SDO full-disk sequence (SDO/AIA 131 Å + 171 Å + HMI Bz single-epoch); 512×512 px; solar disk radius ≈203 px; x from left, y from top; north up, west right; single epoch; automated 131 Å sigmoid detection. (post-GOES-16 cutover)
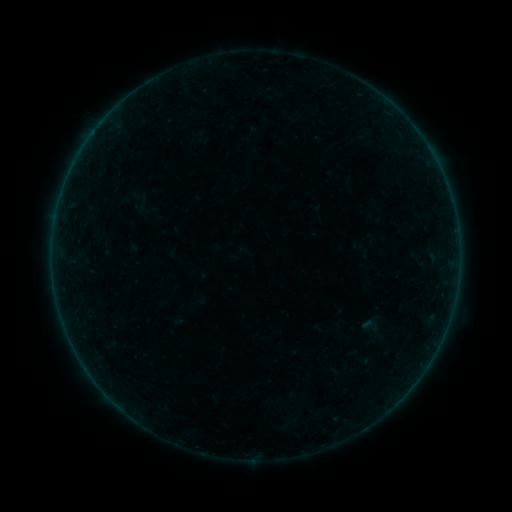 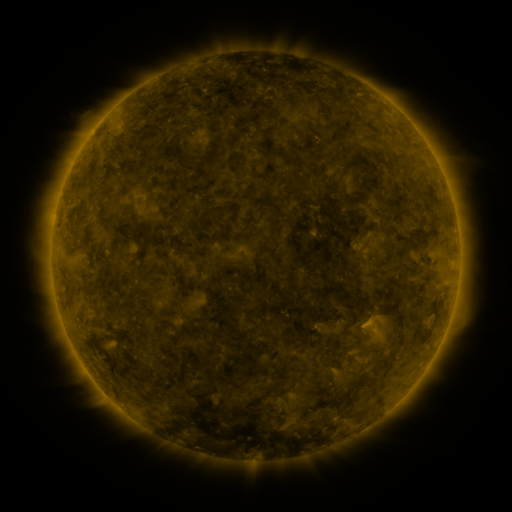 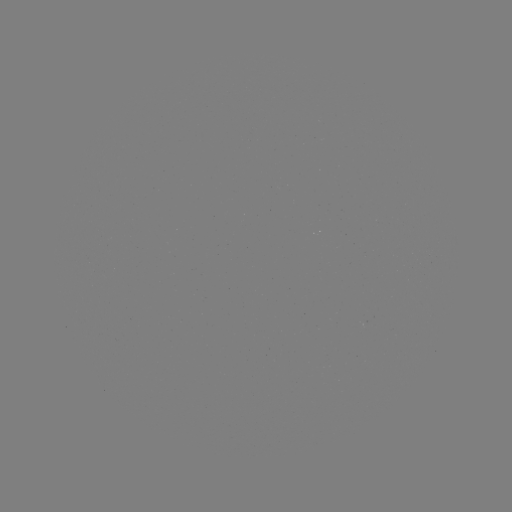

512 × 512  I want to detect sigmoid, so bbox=[360, 314, 380, 337].